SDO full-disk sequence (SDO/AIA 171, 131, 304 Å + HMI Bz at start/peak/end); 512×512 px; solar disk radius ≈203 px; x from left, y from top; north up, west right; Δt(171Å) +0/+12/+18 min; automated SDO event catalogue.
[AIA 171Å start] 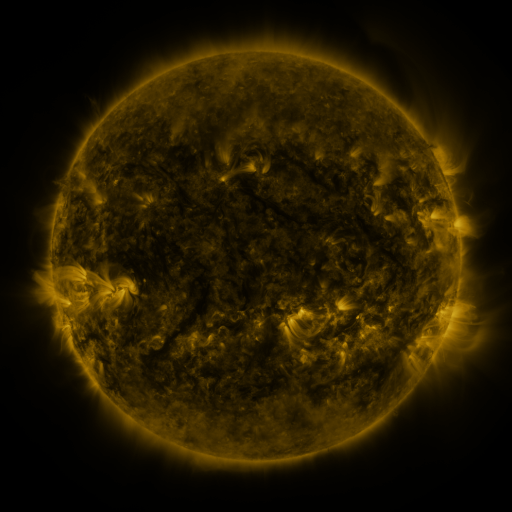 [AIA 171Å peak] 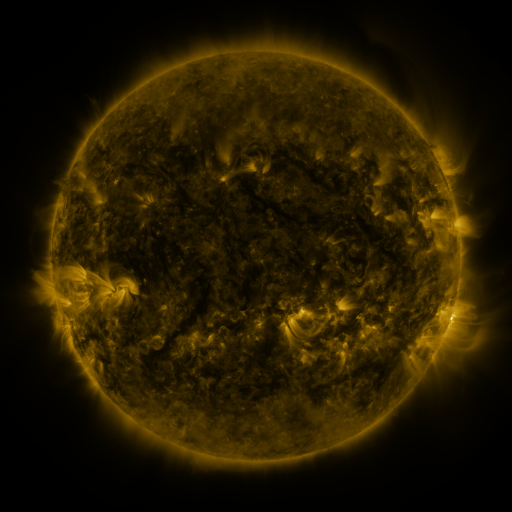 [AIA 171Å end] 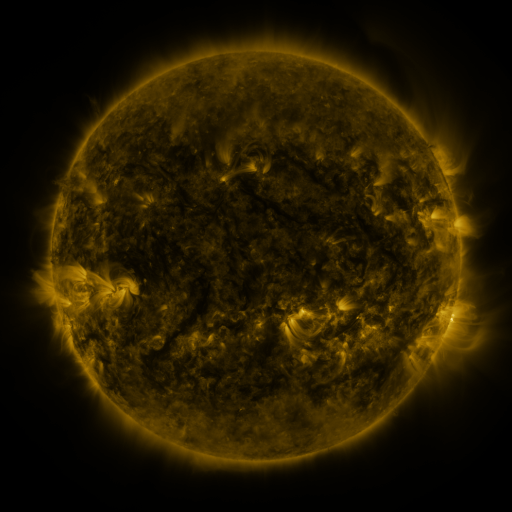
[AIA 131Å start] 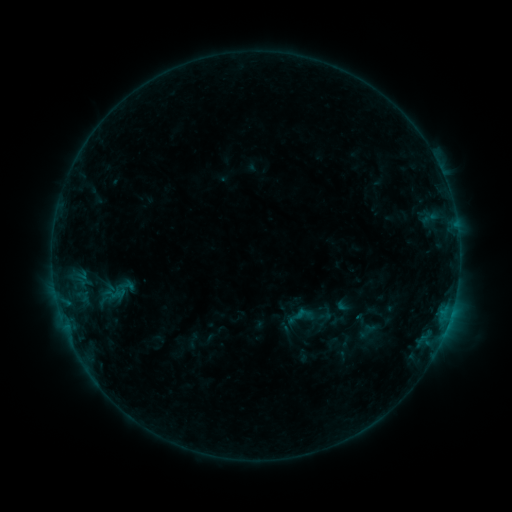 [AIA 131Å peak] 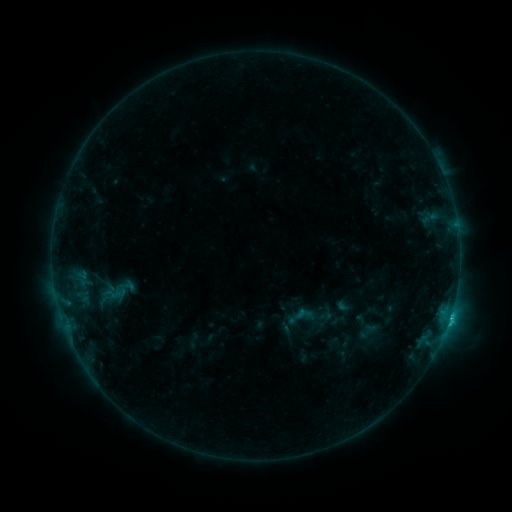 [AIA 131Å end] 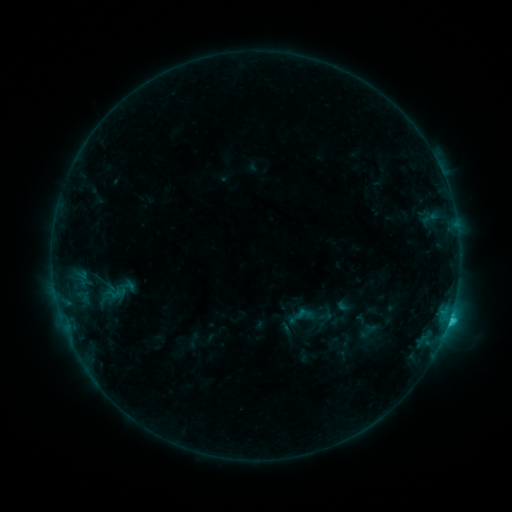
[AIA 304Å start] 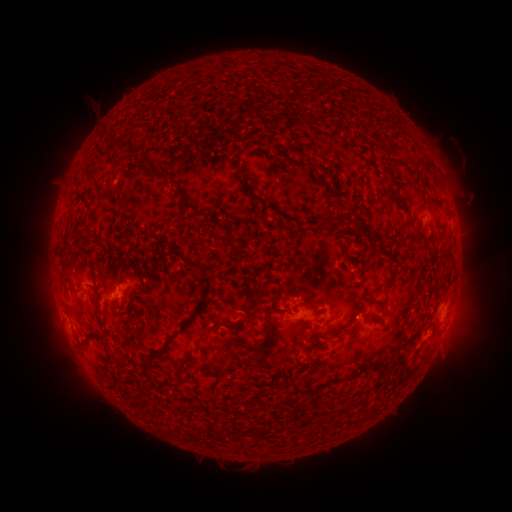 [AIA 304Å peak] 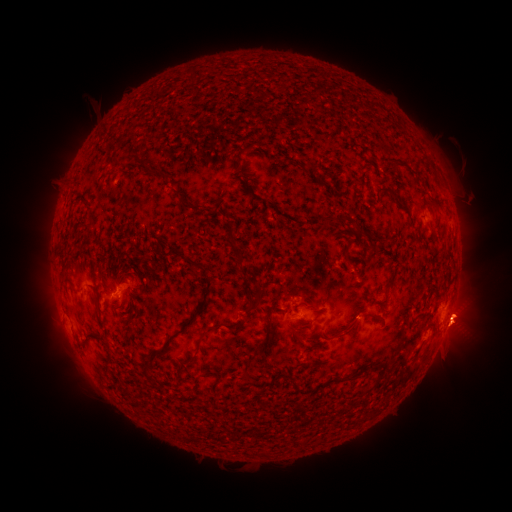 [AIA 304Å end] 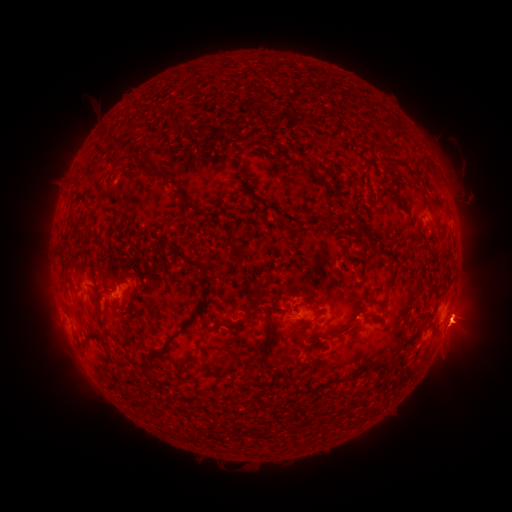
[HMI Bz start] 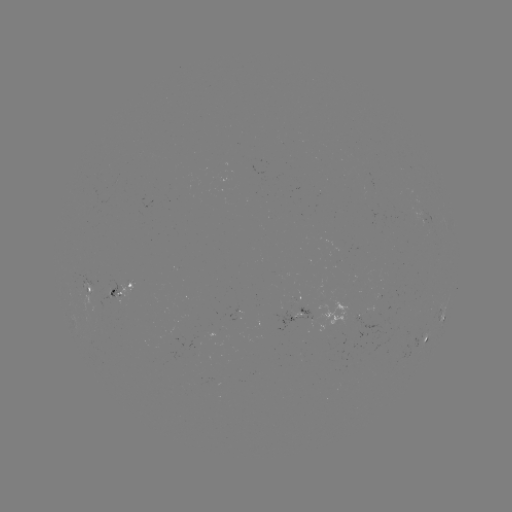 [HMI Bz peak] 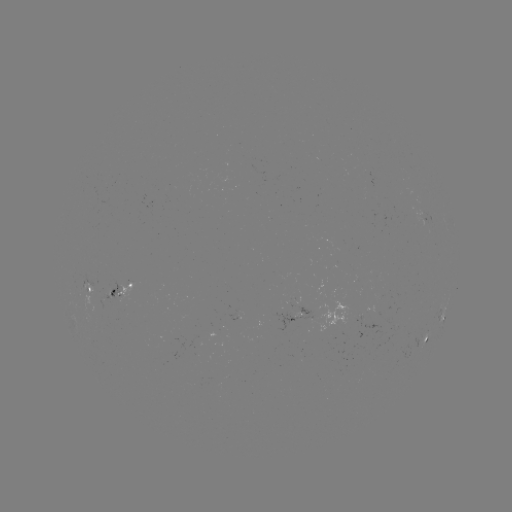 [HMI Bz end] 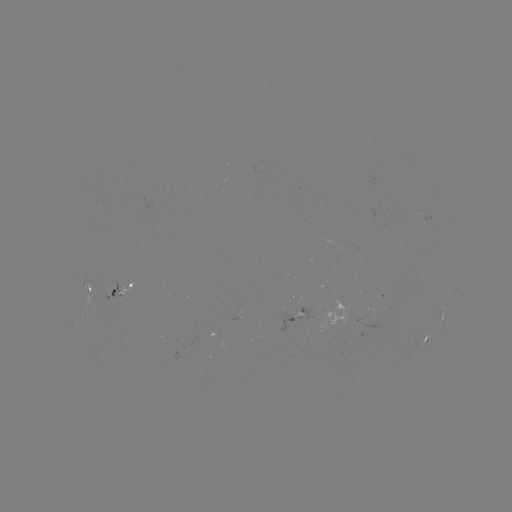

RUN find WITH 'eruption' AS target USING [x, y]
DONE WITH [464, 324] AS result